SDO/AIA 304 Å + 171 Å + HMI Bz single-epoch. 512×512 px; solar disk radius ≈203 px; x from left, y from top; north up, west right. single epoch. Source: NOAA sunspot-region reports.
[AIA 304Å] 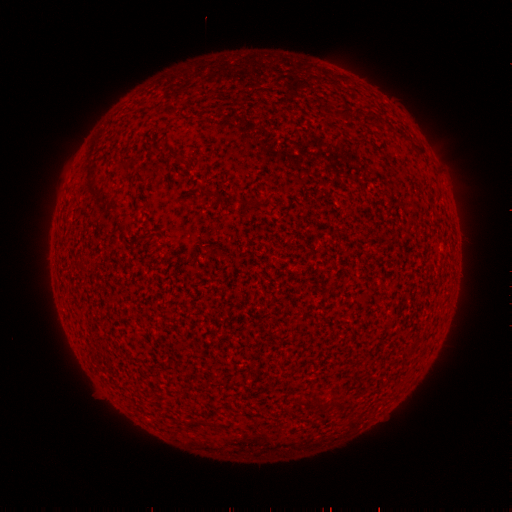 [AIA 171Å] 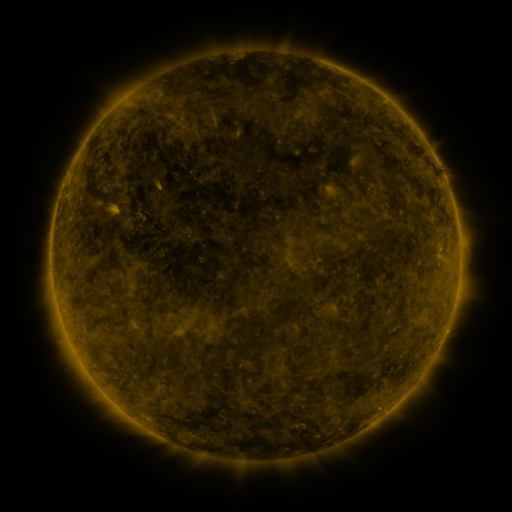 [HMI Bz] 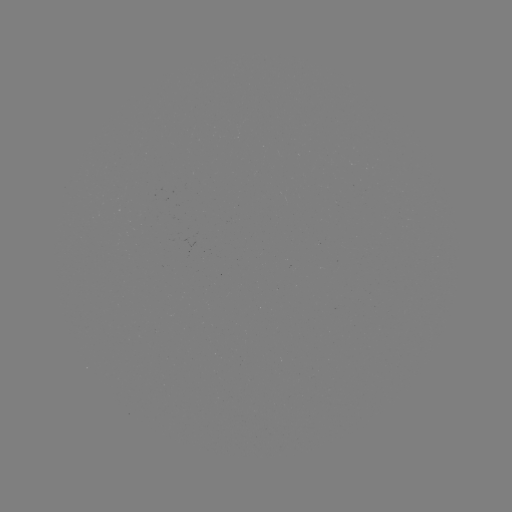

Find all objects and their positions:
(none)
